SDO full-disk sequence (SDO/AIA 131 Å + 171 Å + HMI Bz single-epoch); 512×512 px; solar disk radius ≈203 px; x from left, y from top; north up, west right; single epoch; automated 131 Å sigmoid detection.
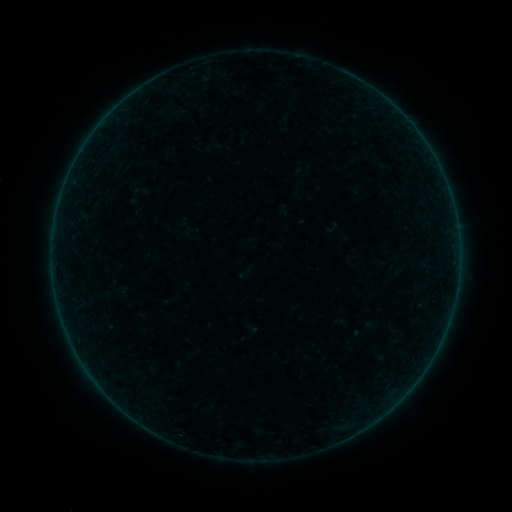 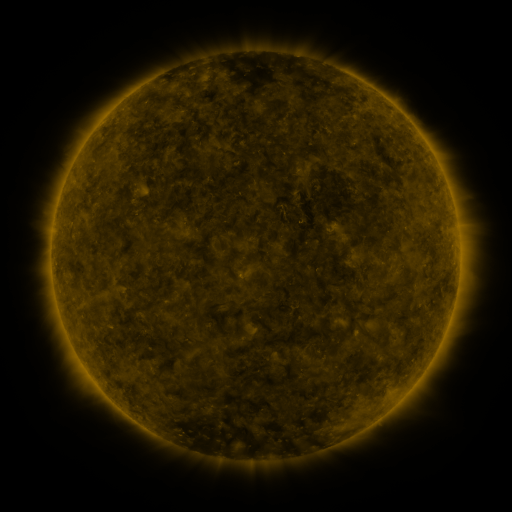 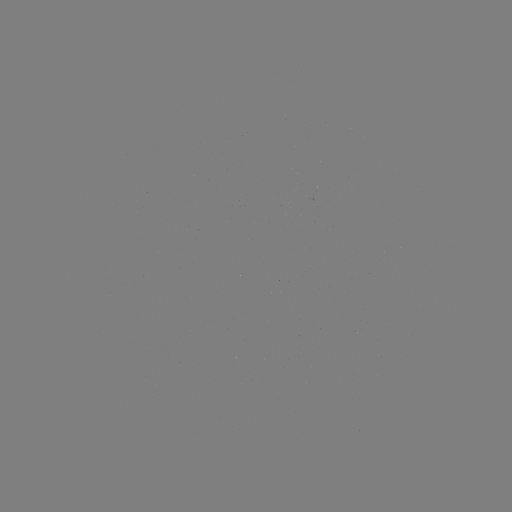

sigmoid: <bbox>130, 182, 148, 200</bbox>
